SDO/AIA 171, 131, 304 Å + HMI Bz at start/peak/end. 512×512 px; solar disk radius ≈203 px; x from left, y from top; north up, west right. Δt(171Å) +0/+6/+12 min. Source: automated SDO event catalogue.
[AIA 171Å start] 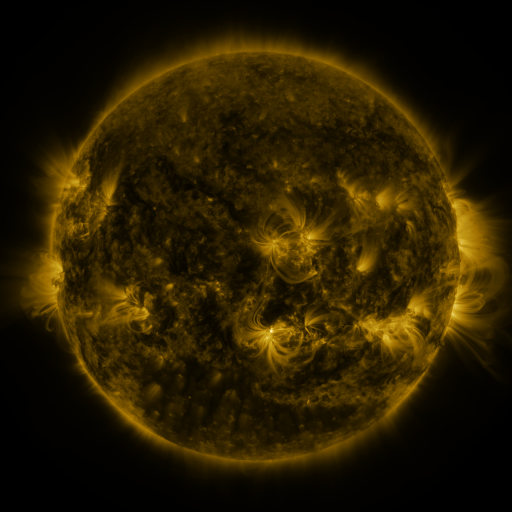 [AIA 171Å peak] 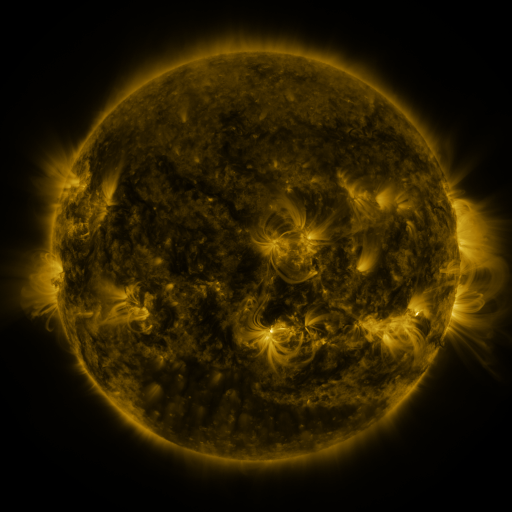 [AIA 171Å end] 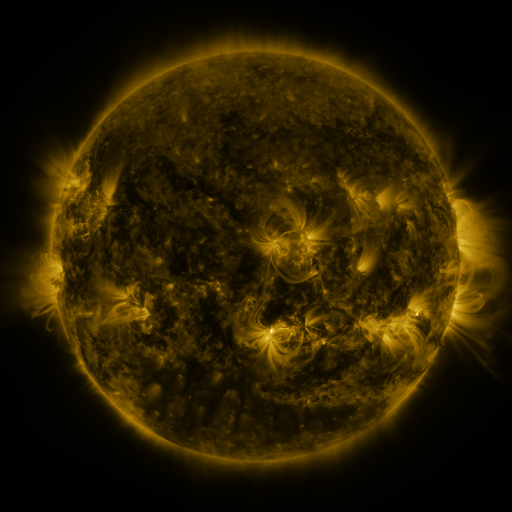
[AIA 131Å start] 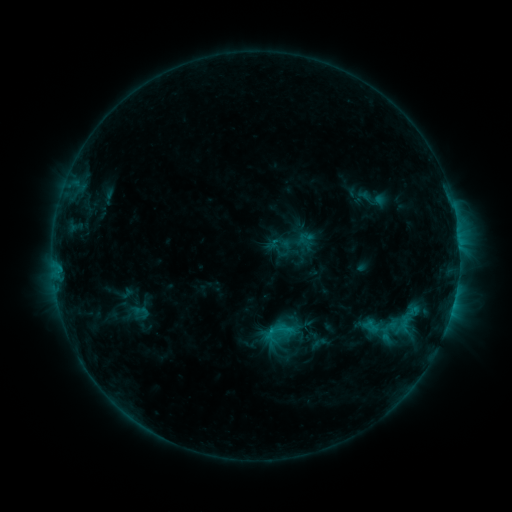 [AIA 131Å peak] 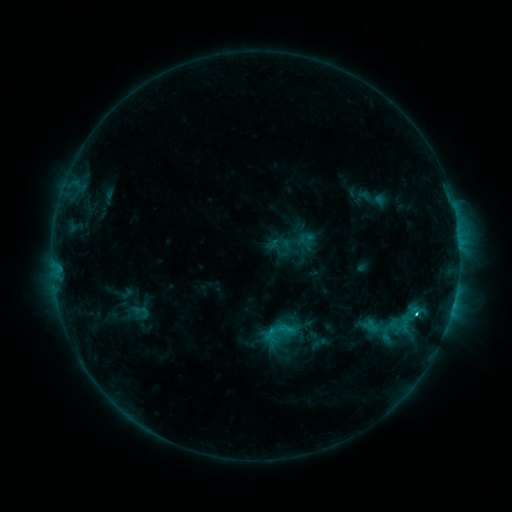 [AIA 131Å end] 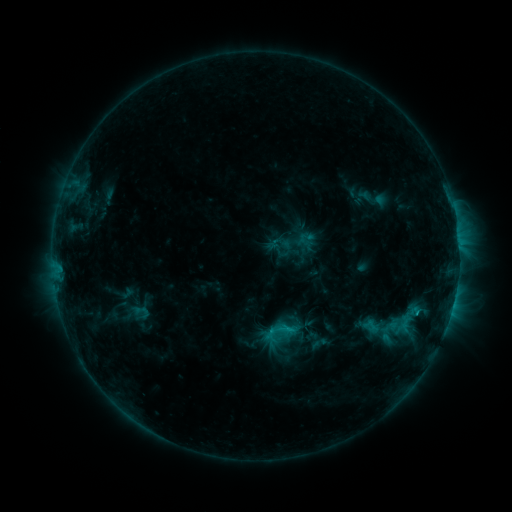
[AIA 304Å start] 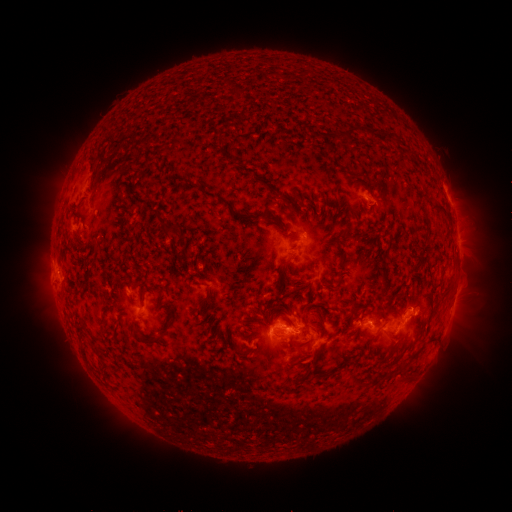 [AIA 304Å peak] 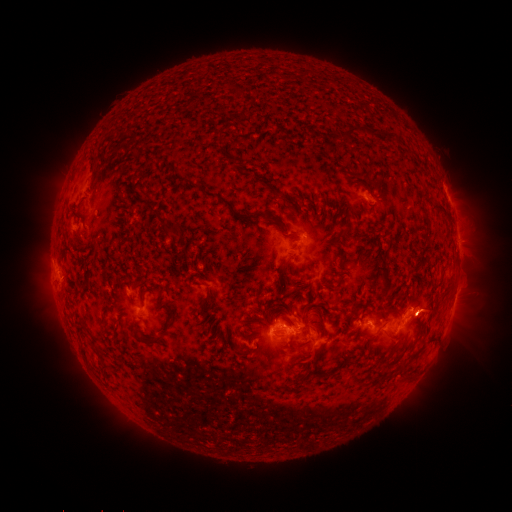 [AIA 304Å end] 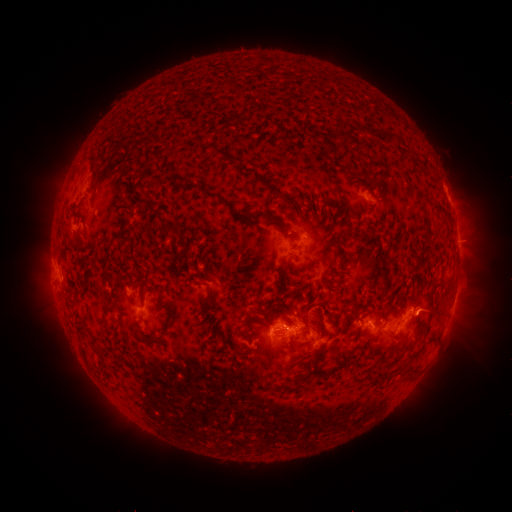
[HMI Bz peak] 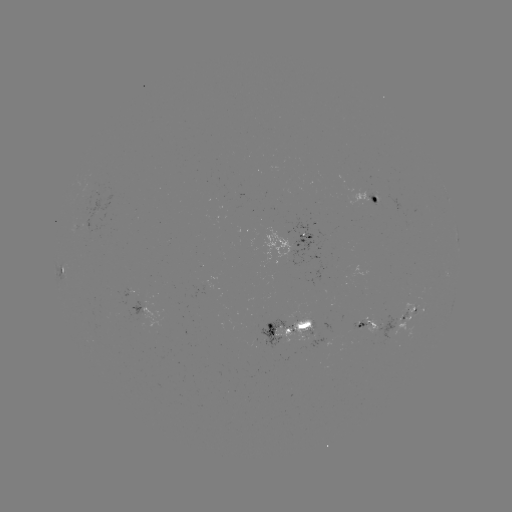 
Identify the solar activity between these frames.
eruption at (427, 310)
